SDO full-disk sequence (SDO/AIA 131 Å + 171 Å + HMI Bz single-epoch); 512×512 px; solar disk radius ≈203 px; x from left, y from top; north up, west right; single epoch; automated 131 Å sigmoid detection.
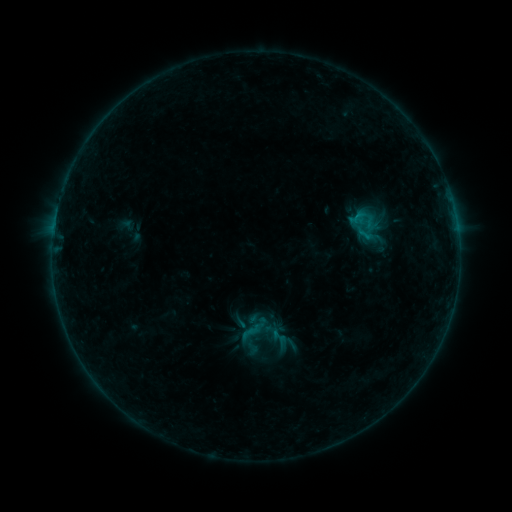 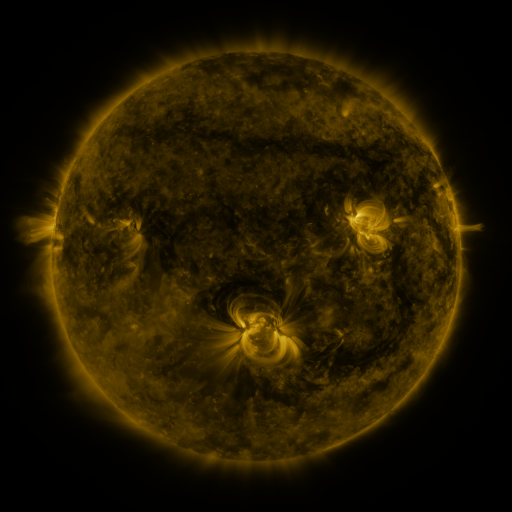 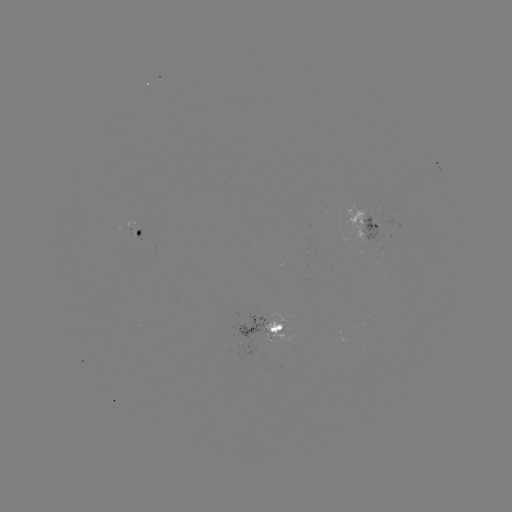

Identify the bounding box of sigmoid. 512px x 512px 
[270, 328, 288, 345].